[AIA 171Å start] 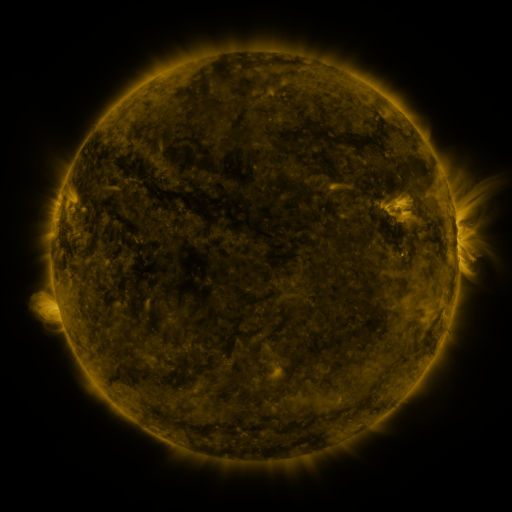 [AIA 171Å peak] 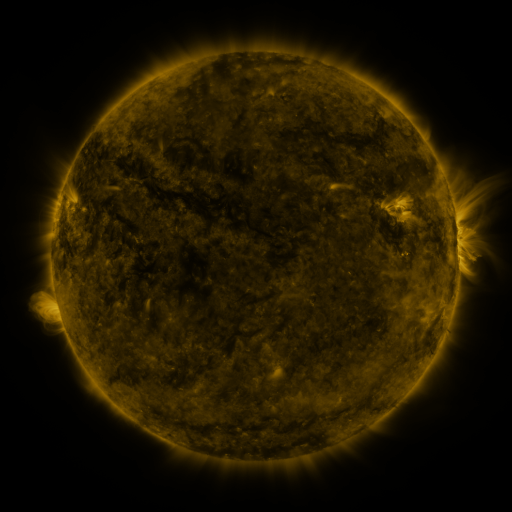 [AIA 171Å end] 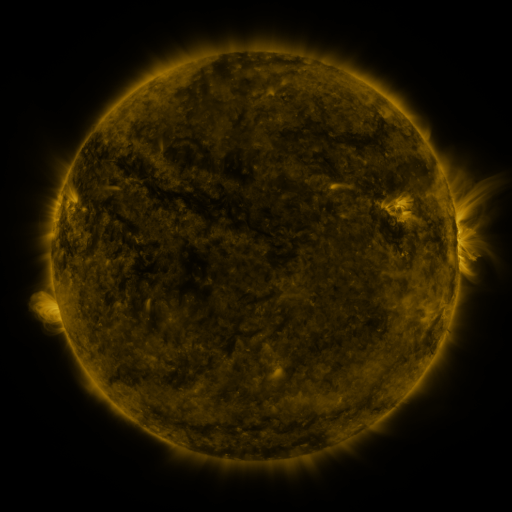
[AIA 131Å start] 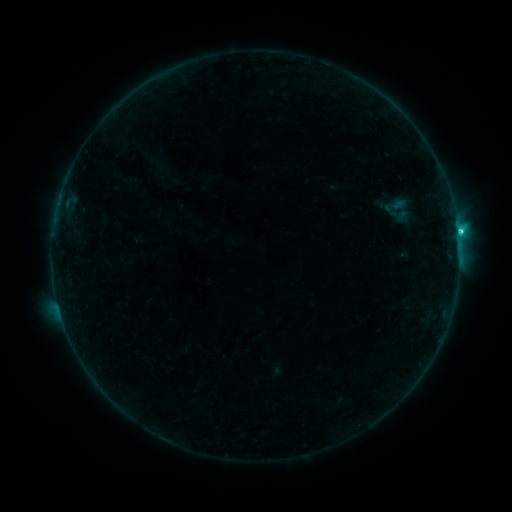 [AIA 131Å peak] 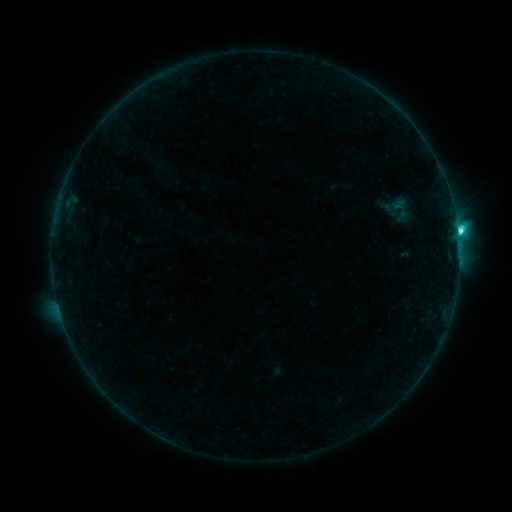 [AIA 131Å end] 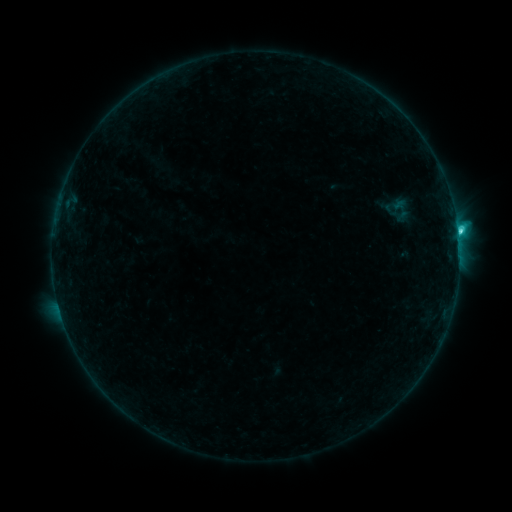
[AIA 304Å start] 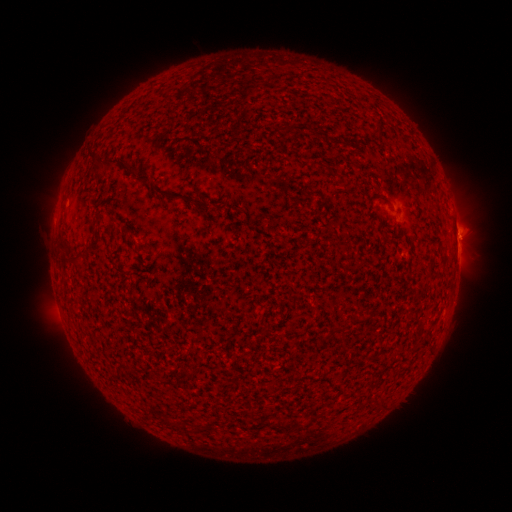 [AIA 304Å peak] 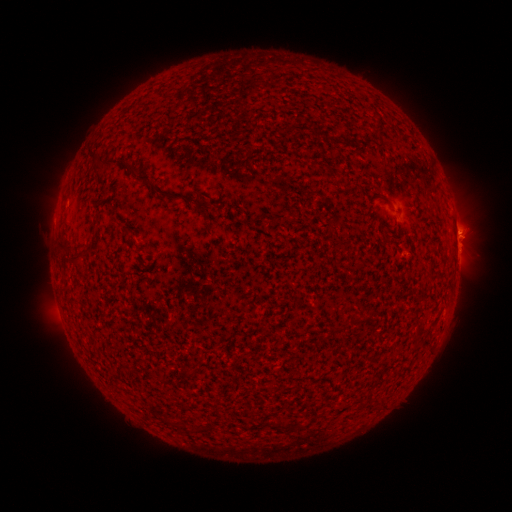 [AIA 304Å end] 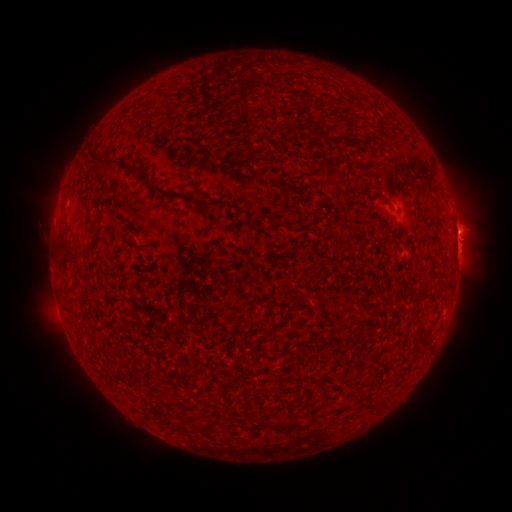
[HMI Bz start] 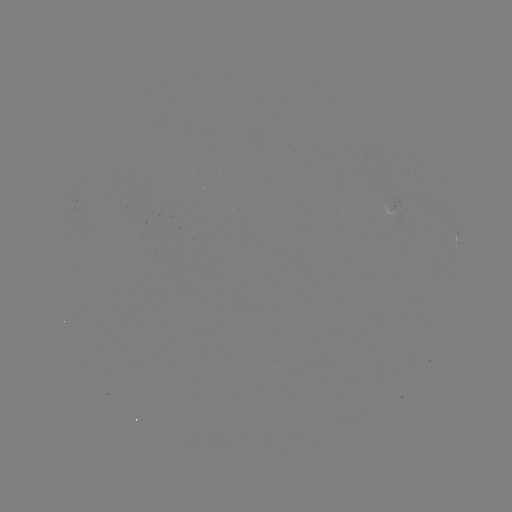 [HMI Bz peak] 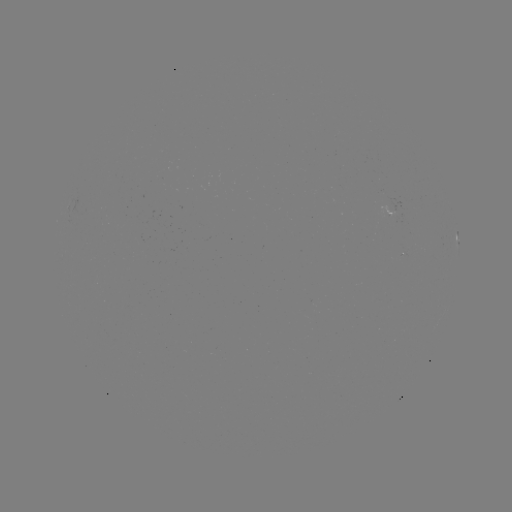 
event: flare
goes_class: C3.5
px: (457, 231)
